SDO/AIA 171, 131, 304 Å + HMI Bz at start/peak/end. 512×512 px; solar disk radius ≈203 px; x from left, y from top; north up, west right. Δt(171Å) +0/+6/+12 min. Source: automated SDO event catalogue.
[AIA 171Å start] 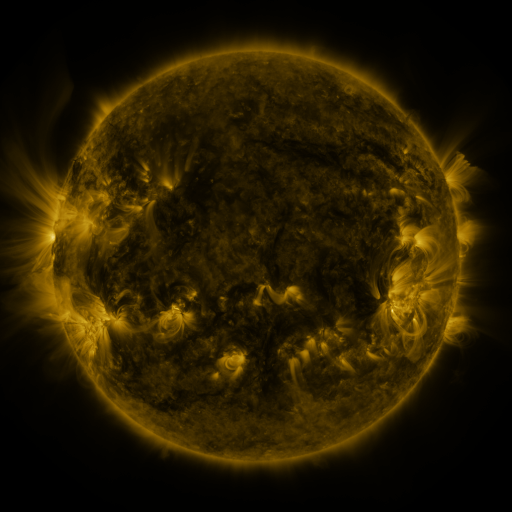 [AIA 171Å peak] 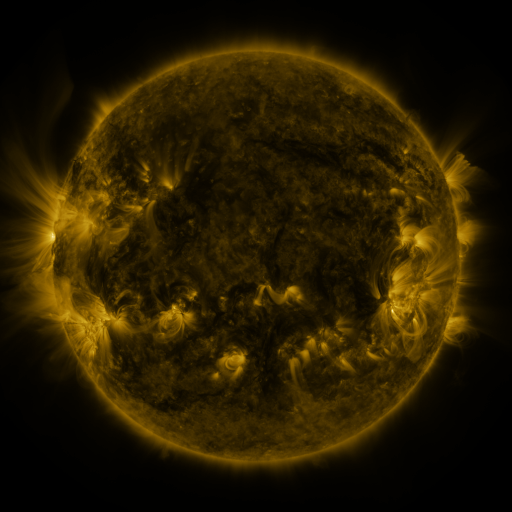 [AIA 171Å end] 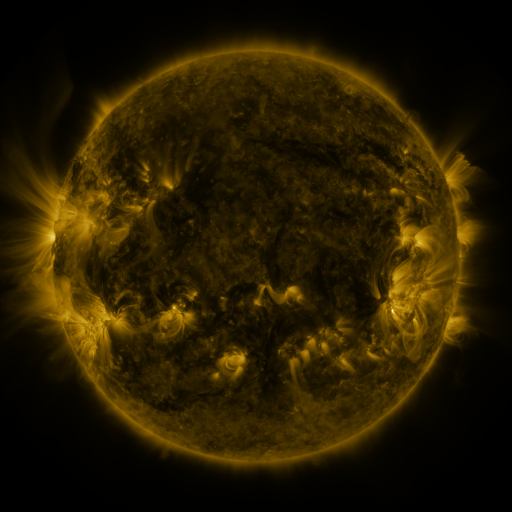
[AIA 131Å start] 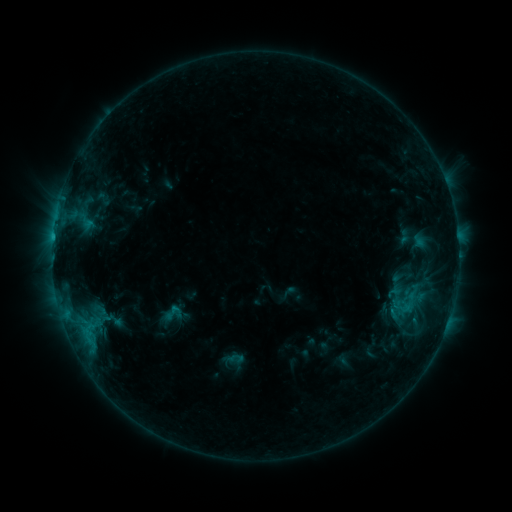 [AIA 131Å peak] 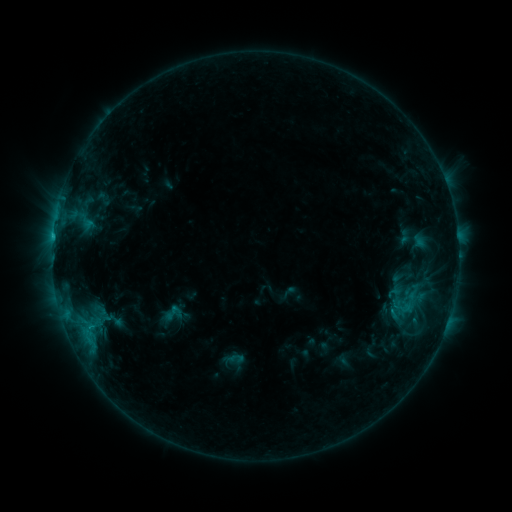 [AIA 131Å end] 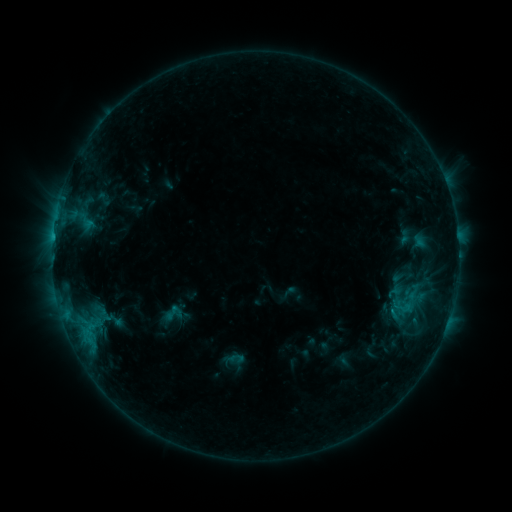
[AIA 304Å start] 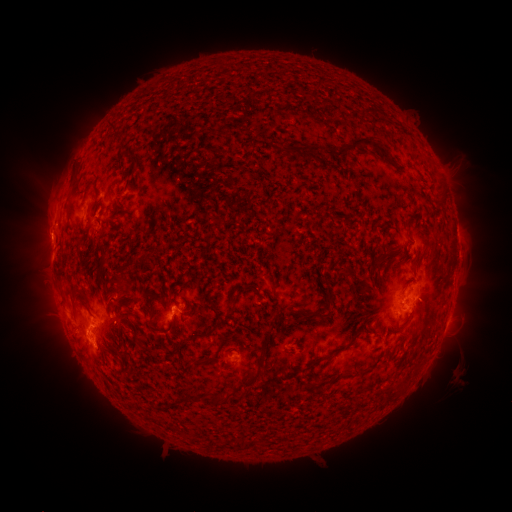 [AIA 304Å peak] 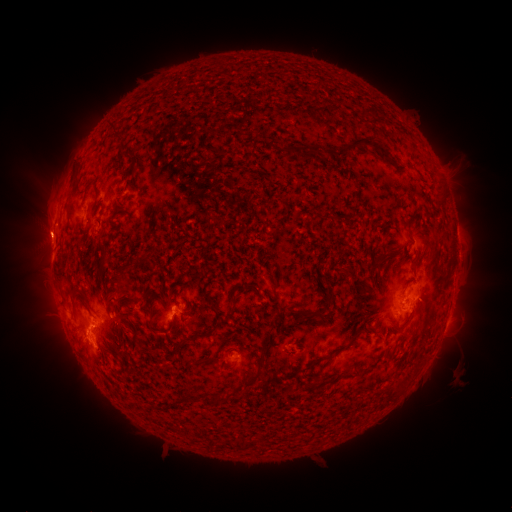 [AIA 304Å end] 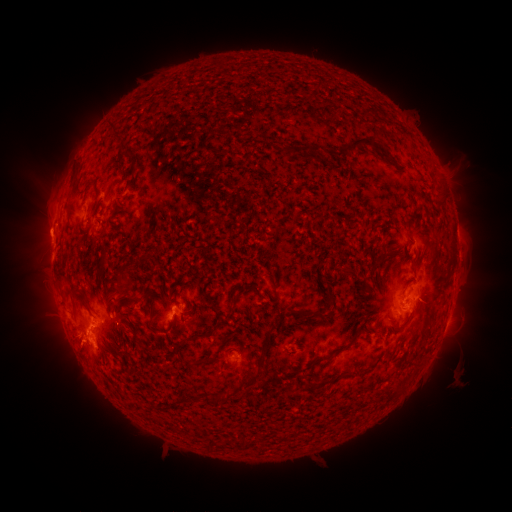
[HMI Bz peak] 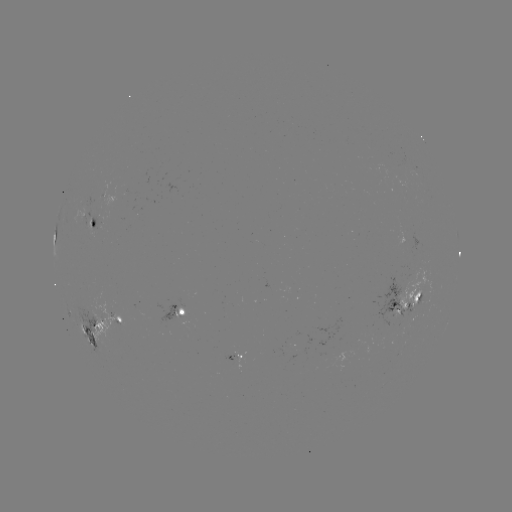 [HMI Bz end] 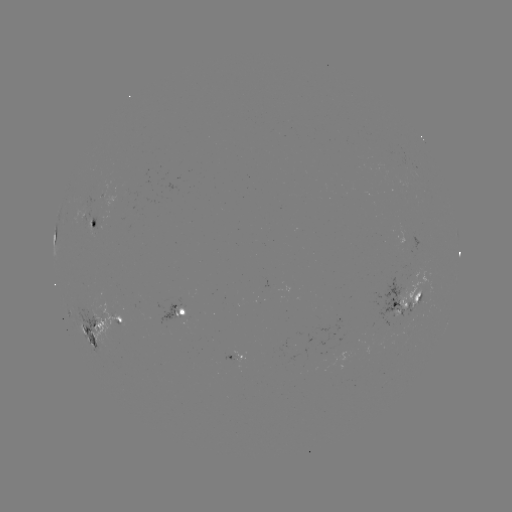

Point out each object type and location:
eruption: (42, 229)
